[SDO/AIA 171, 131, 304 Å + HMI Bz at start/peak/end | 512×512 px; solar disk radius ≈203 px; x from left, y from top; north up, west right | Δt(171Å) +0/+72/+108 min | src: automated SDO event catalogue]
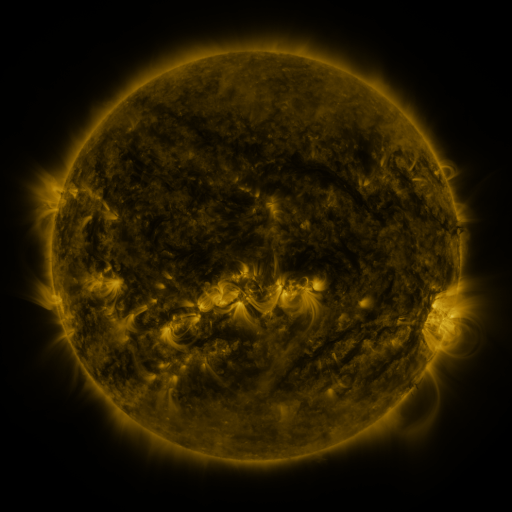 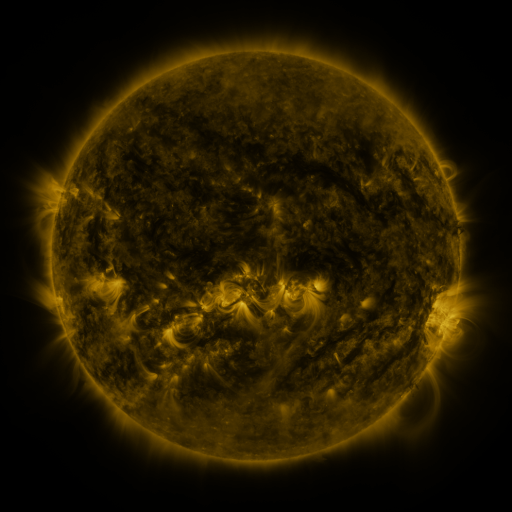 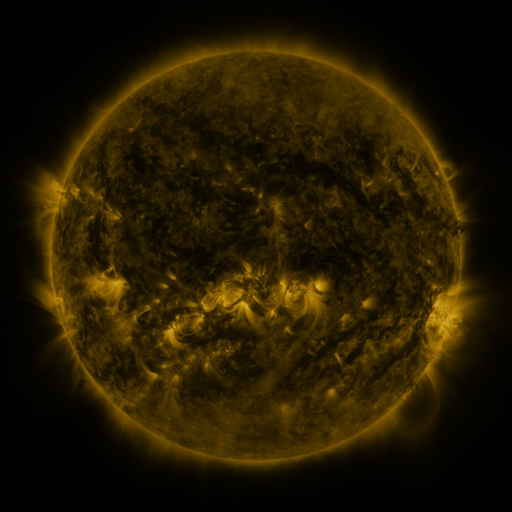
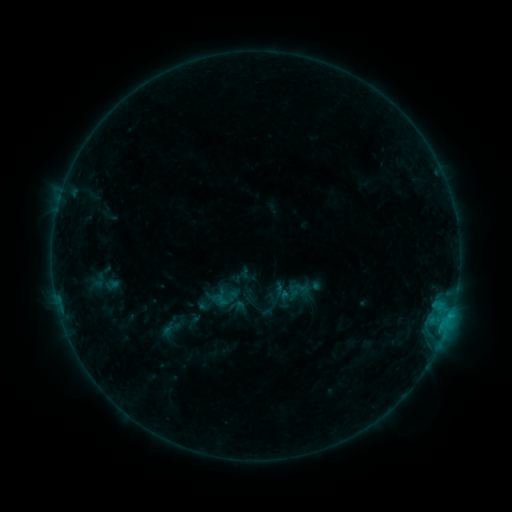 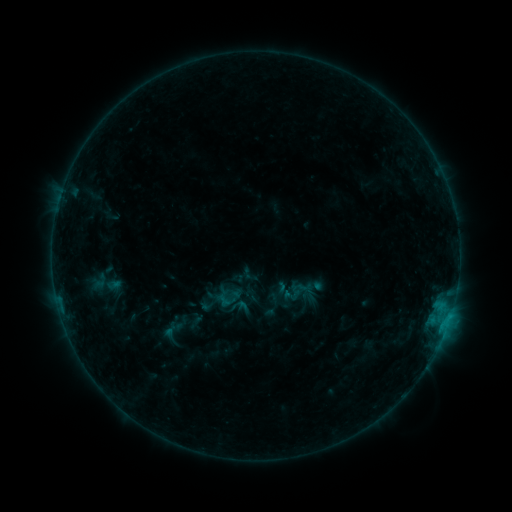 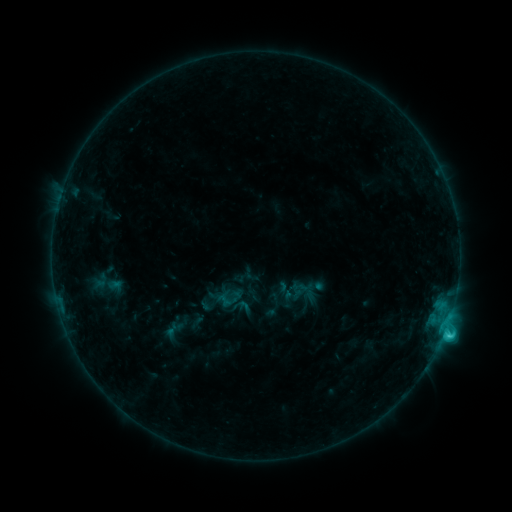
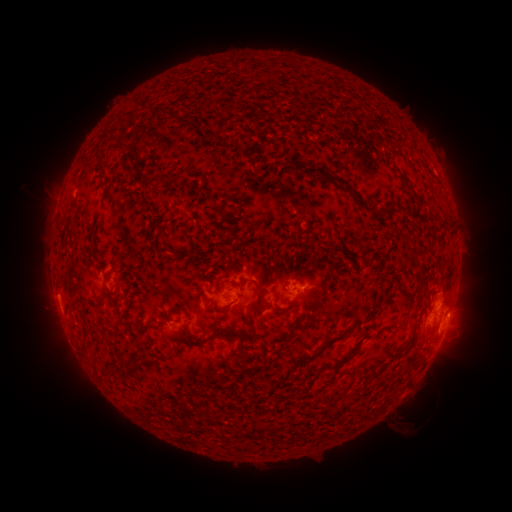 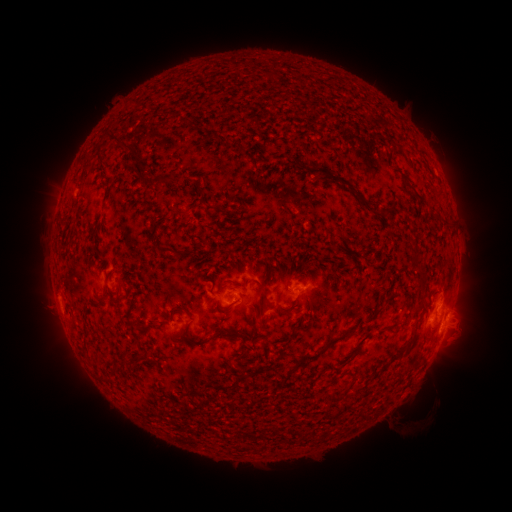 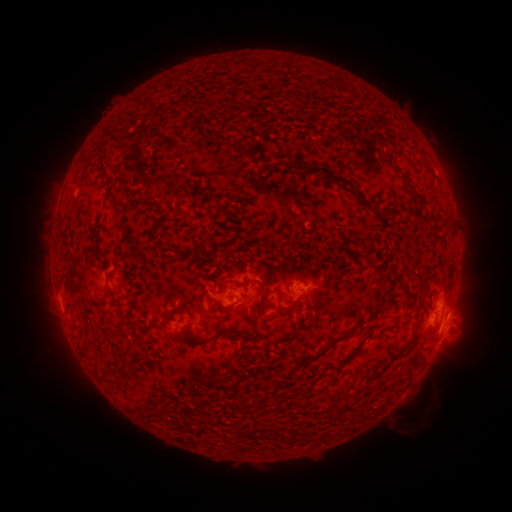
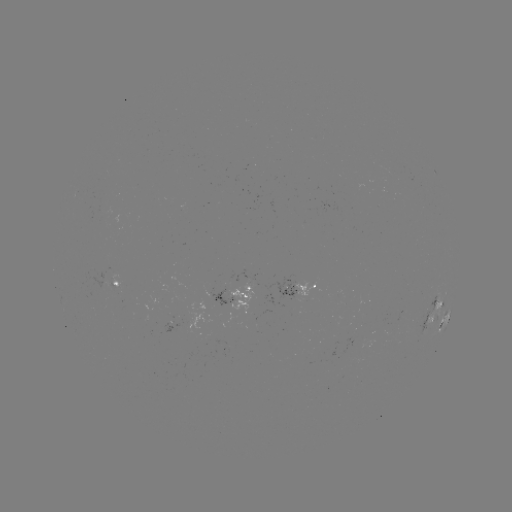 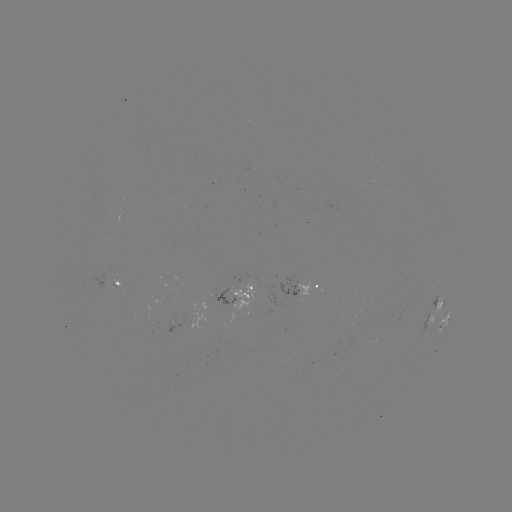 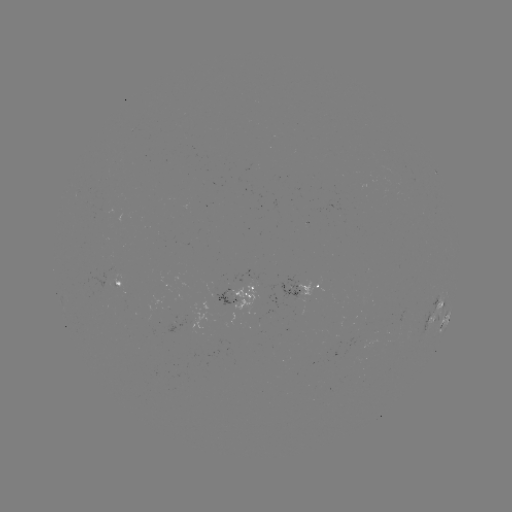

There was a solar emerging-flux region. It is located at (400, 313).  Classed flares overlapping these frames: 1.